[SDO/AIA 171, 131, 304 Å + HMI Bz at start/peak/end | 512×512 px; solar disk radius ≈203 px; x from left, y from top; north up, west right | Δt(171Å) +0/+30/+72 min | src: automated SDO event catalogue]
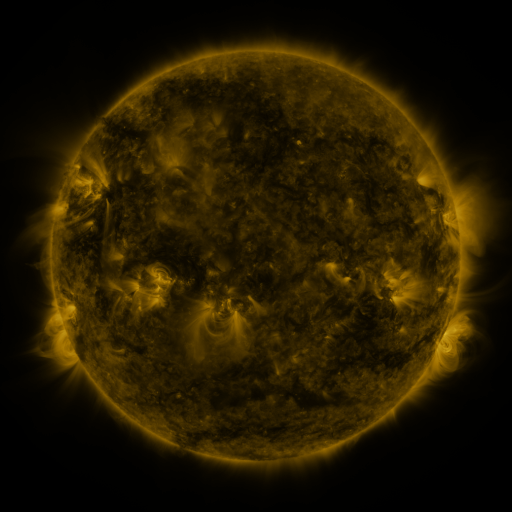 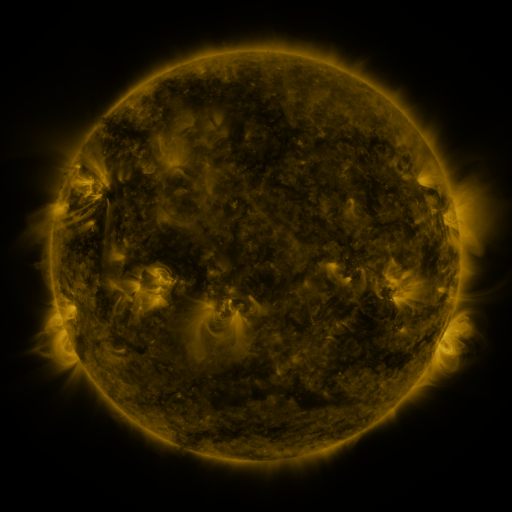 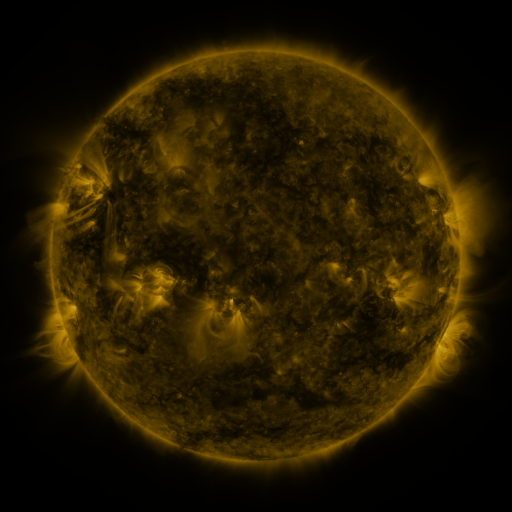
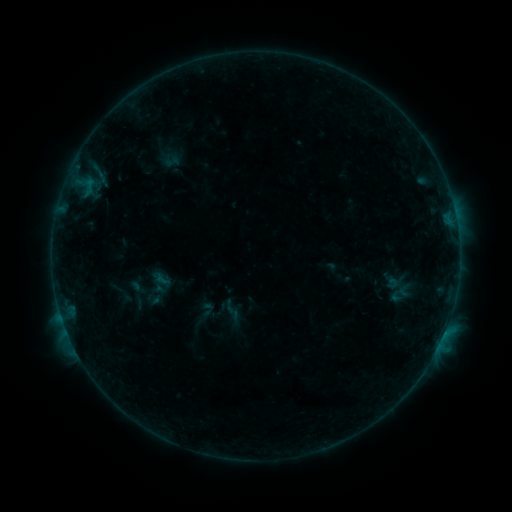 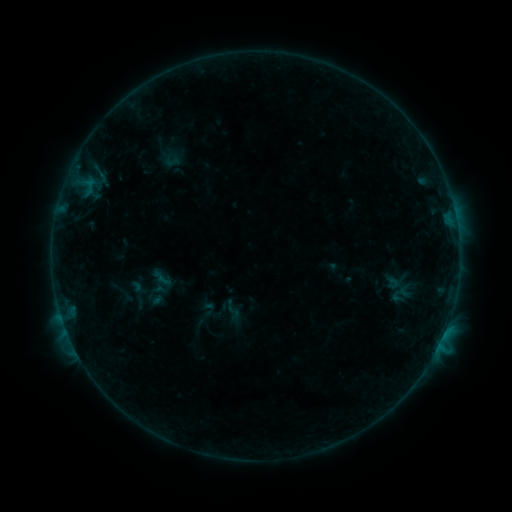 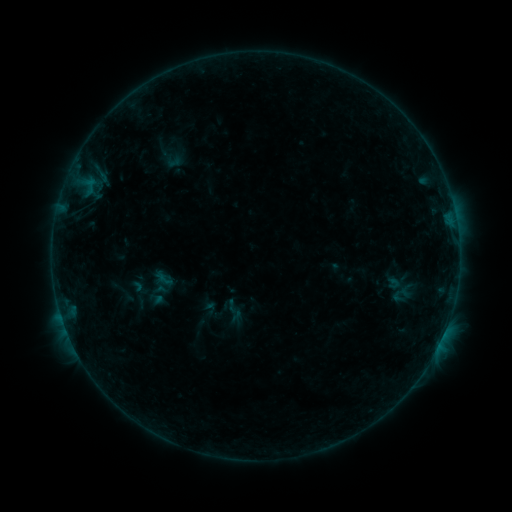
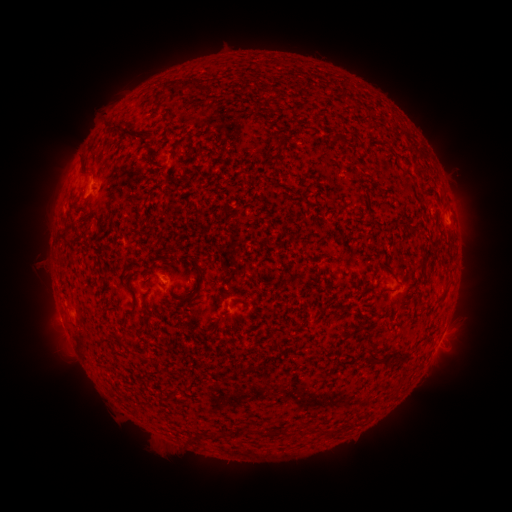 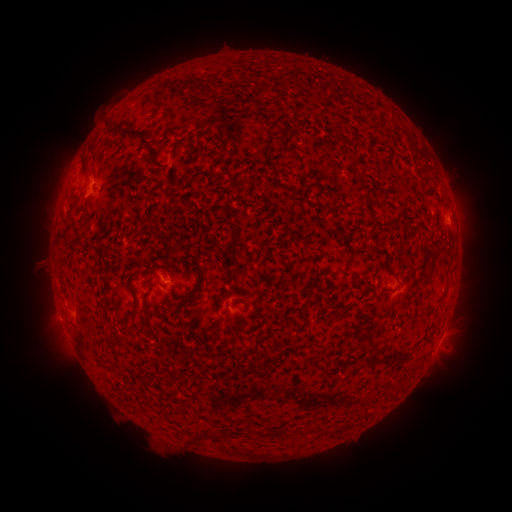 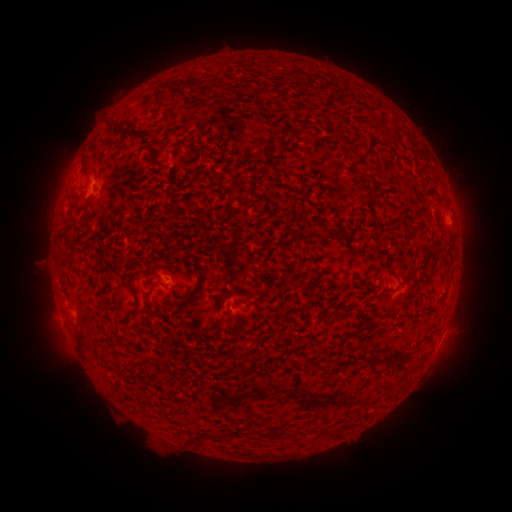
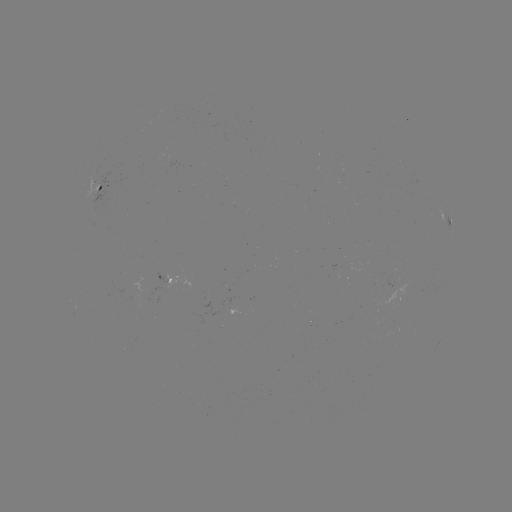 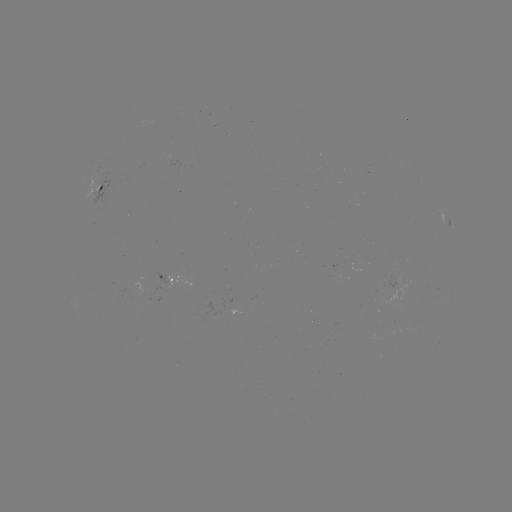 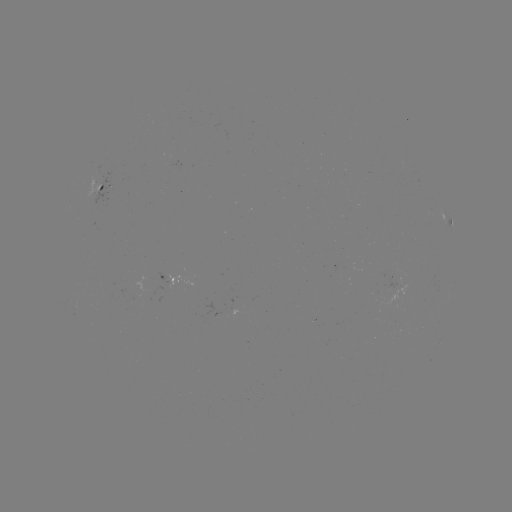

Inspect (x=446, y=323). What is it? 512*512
B2.4 flare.